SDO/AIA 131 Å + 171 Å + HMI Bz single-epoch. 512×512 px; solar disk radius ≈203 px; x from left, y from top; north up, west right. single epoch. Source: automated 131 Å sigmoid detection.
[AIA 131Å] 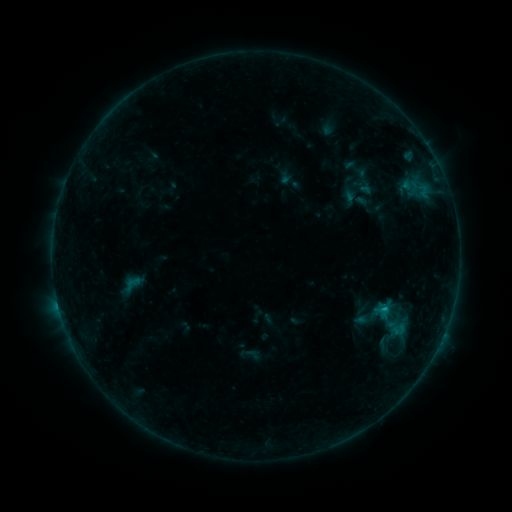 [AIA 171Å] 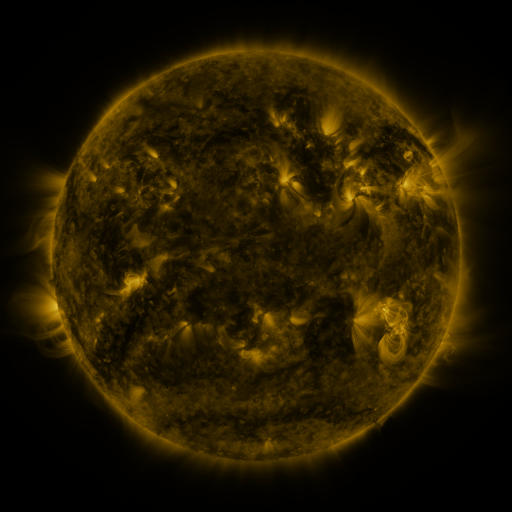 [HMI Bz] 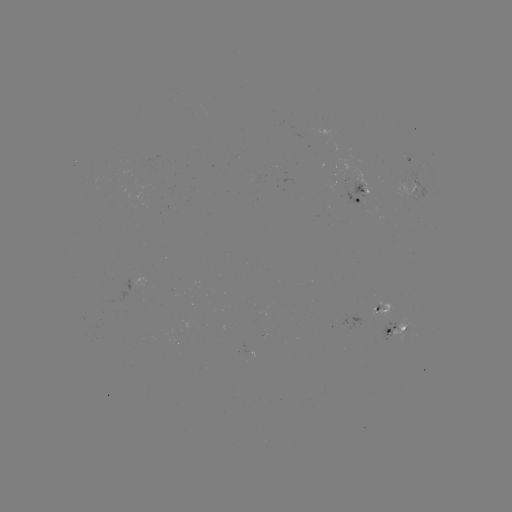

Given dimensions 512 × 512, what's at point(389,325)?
sigmoid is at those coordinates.